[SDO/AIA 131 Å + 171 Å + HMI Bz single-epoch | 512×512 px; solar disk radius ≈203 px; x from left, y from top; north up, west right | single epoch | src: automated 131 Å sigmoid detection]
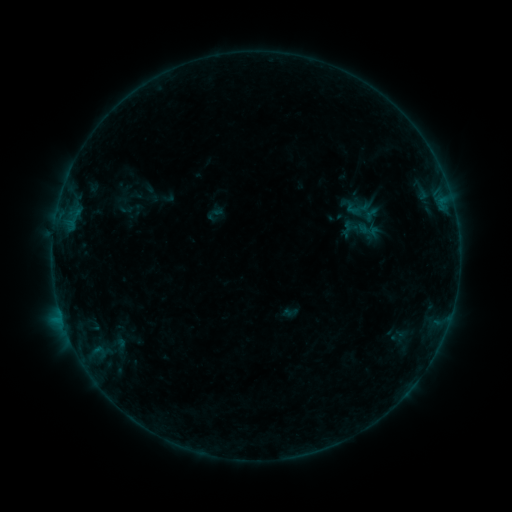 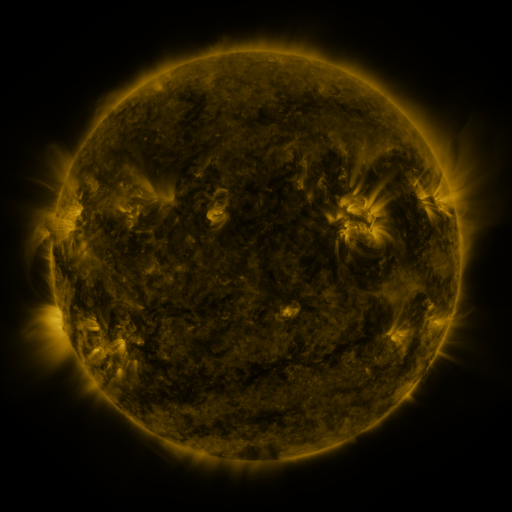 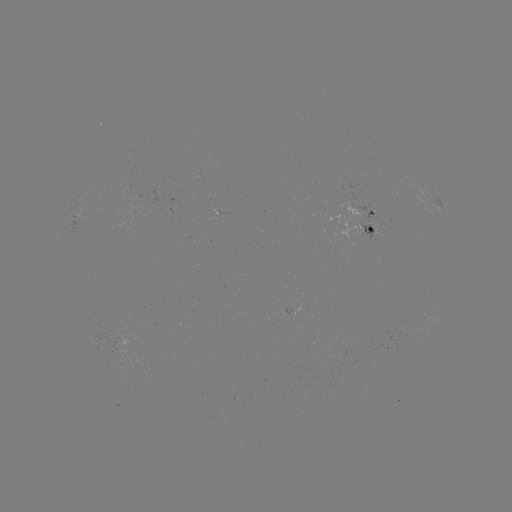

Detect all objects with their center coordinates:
sigmoid: (342, 196, 379, 226)
sigmoid: (117, 200, 133, 217)
